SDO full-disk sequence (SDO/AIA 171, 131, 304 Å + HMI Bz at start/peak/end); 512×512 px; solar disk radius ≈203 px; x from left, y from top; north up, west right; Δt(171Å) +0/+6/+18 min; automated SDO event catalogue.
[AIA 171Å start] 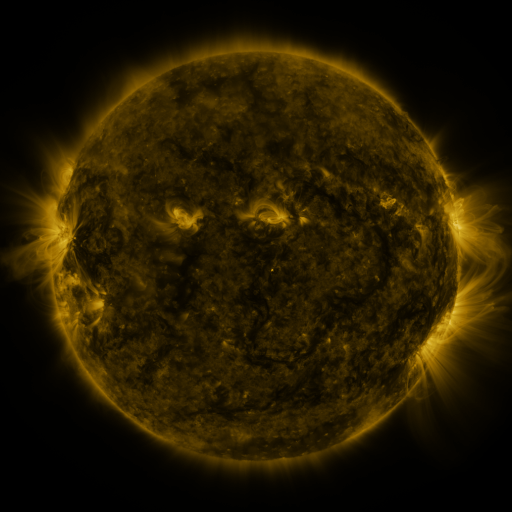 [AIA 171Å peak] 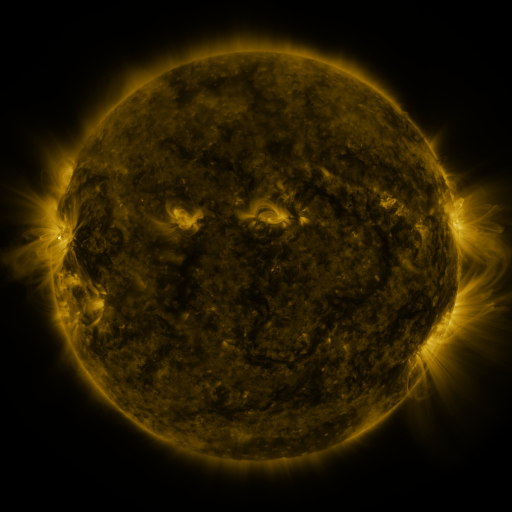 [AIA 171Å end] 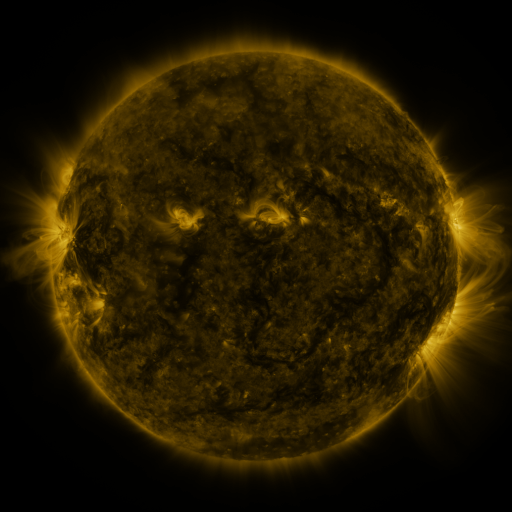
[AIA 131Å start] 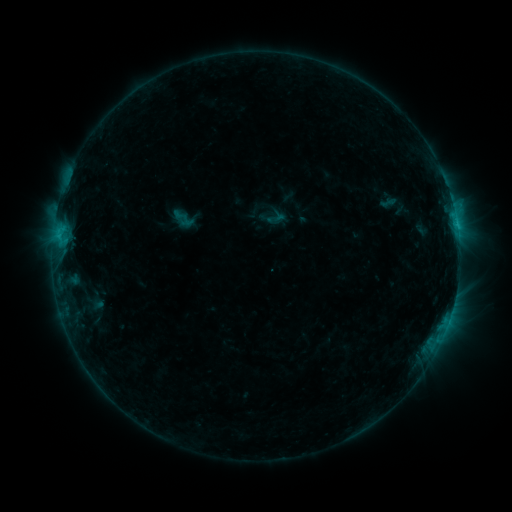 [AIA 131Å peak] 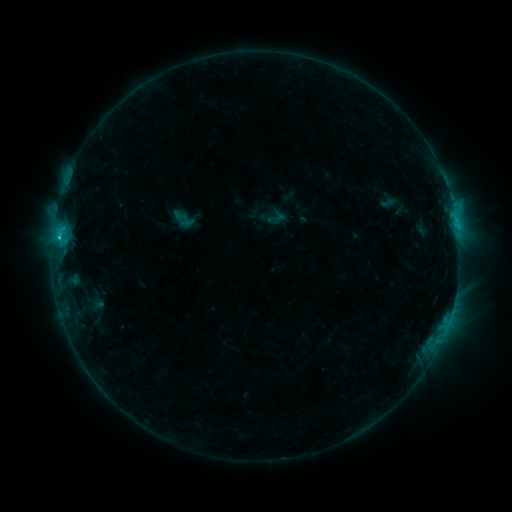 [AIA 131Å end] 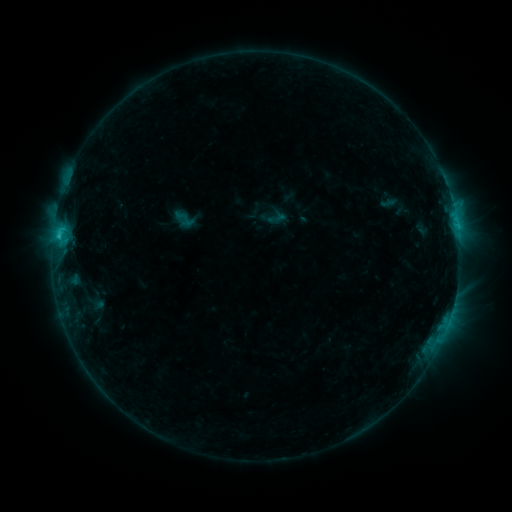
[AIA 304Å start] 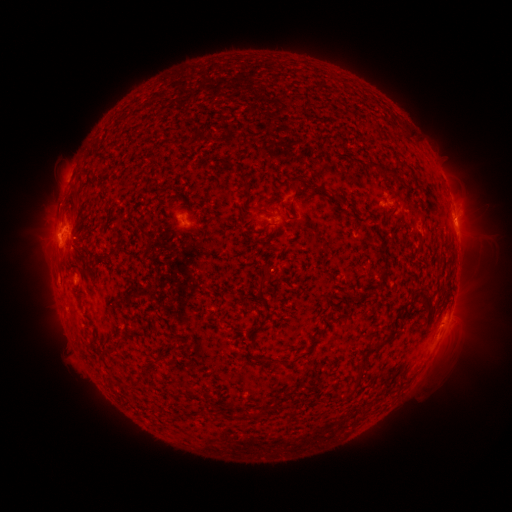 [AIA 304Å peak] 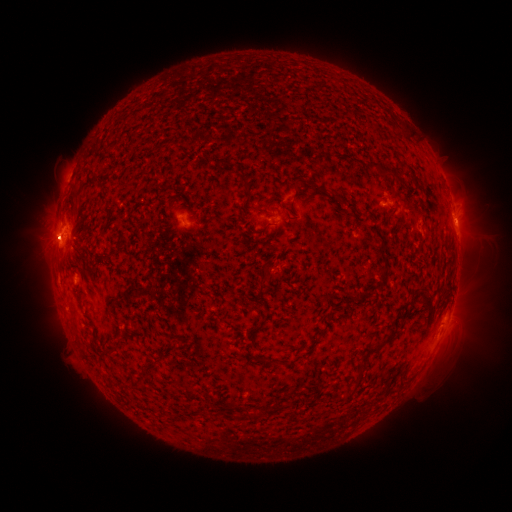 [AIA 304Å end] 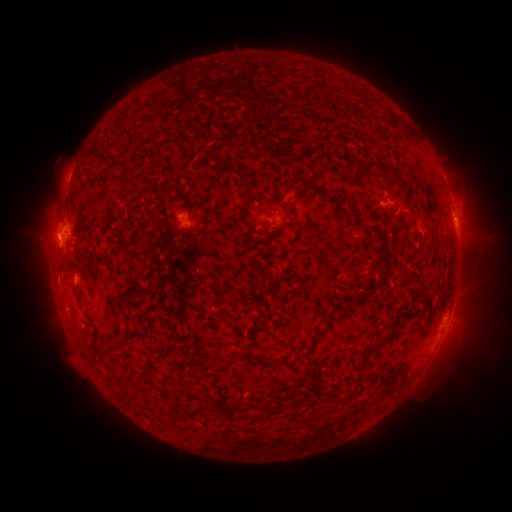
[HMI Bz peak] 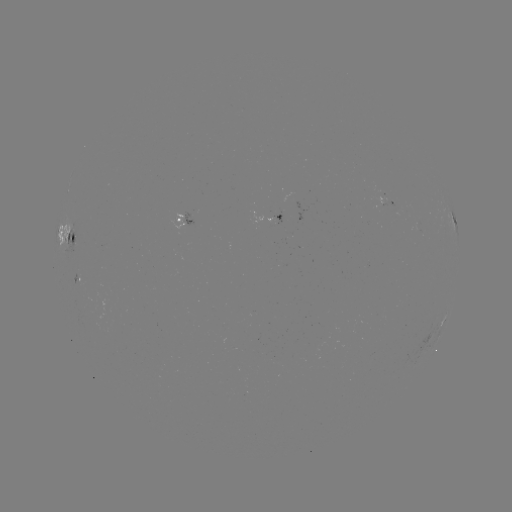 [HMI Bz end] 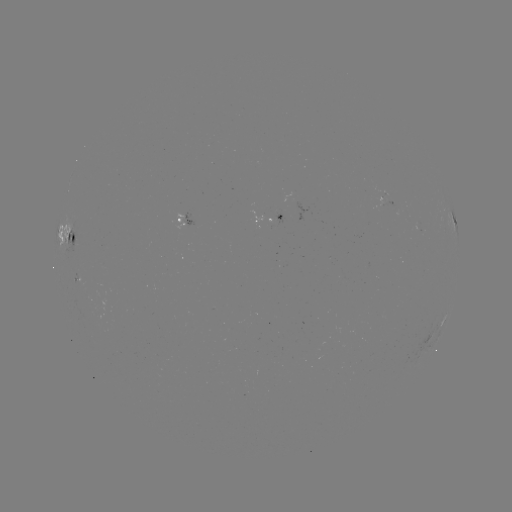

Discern C1.6 flare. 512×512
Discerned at (59, 238).